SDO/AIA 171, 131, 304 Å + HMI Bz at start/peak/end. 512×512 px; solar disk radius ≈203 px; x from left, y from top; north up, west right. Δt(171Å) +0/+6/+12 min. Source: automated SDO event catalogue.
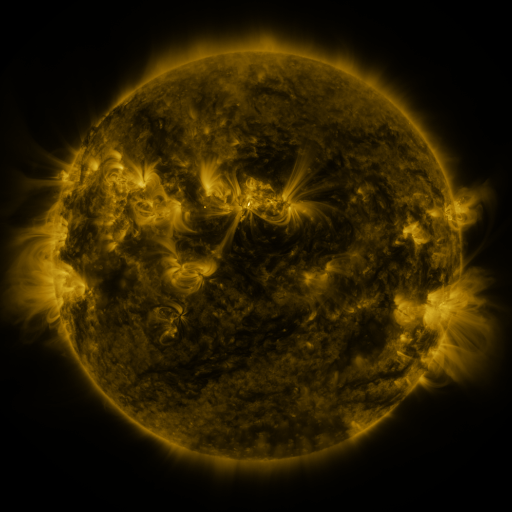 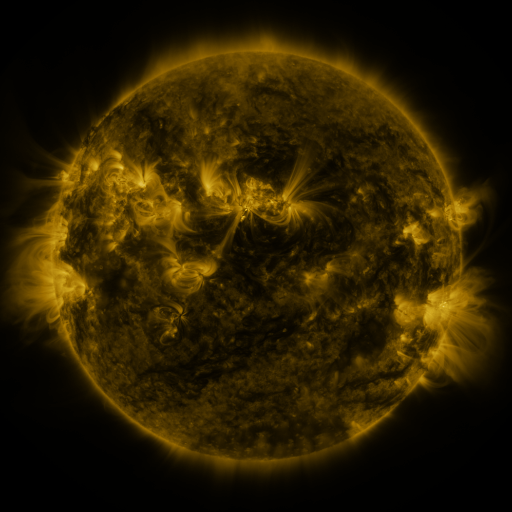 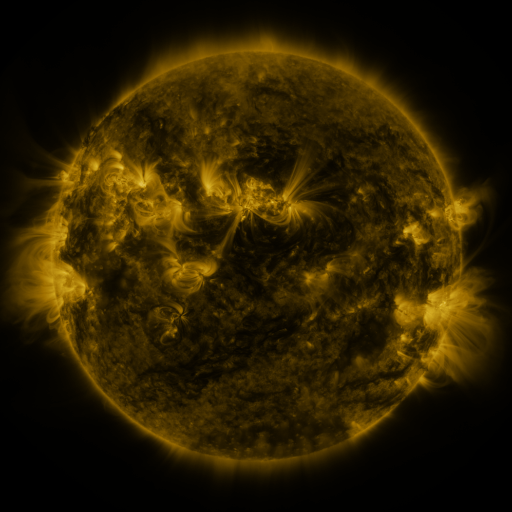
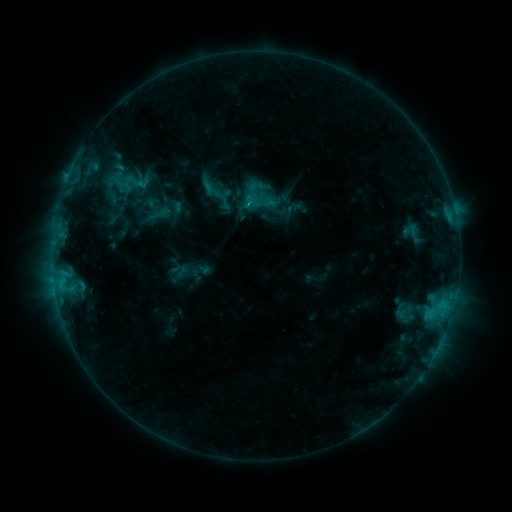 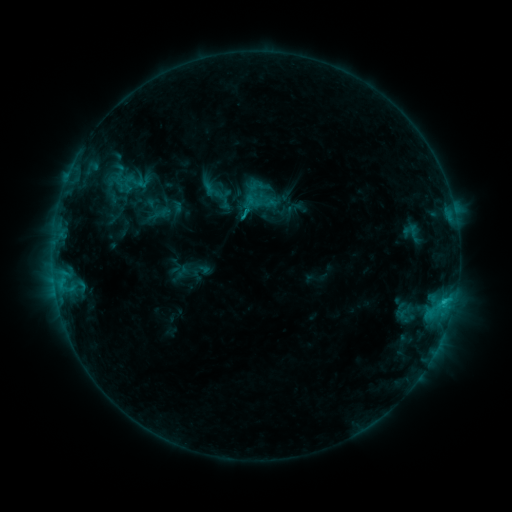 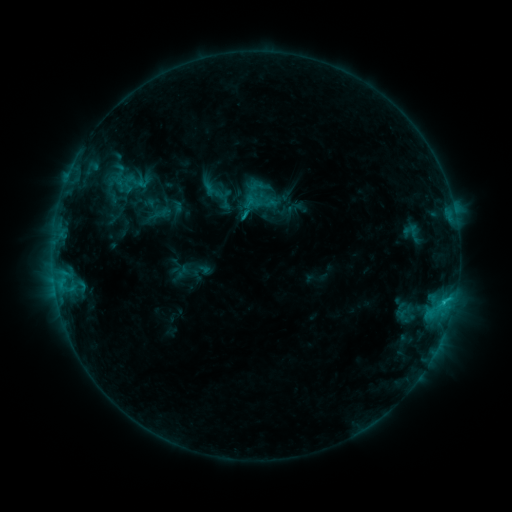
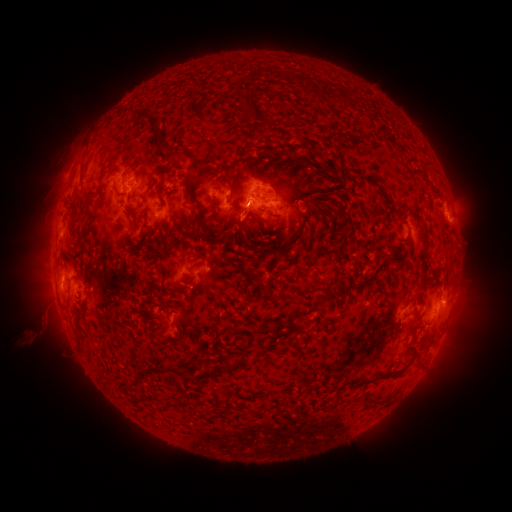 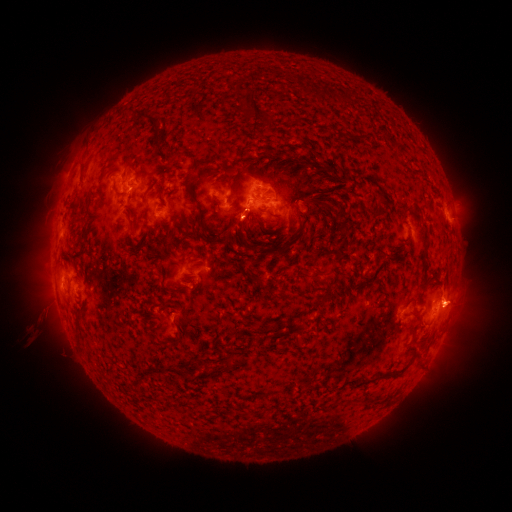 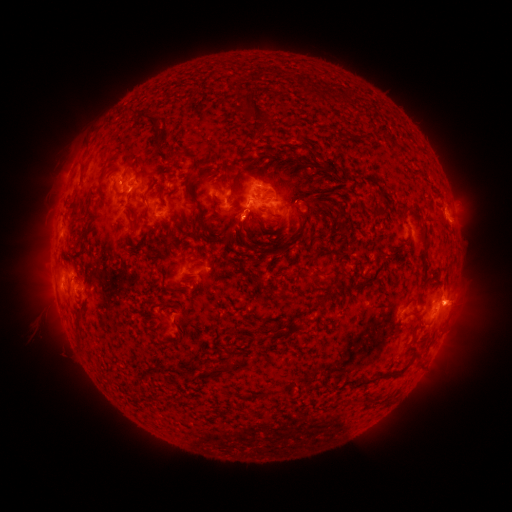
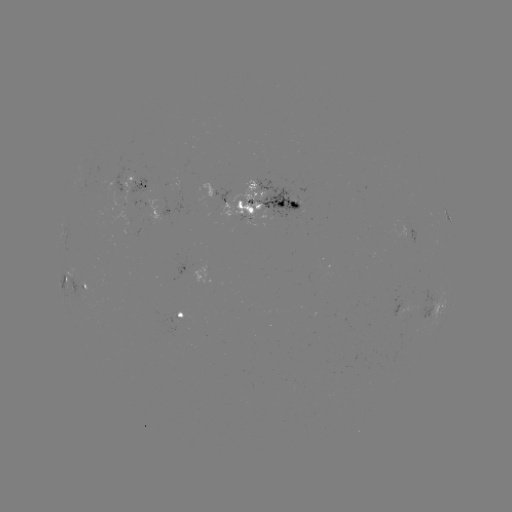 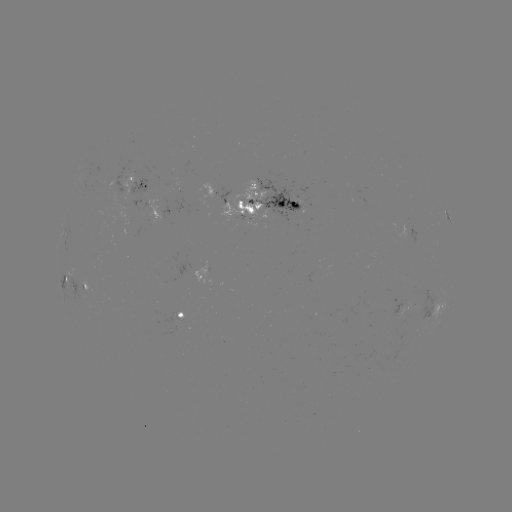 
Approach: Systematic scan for eruption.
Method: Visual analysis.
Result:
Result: eruption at (458, 301).